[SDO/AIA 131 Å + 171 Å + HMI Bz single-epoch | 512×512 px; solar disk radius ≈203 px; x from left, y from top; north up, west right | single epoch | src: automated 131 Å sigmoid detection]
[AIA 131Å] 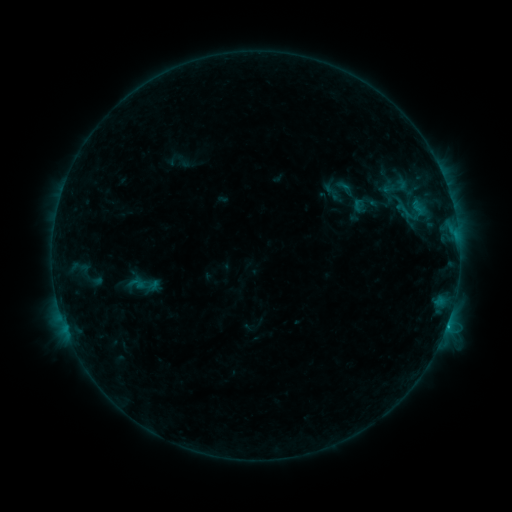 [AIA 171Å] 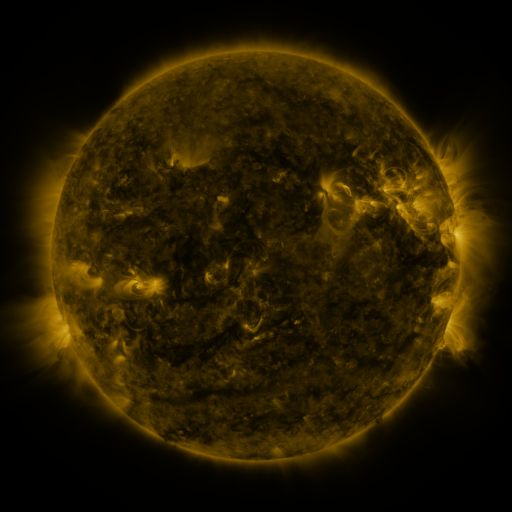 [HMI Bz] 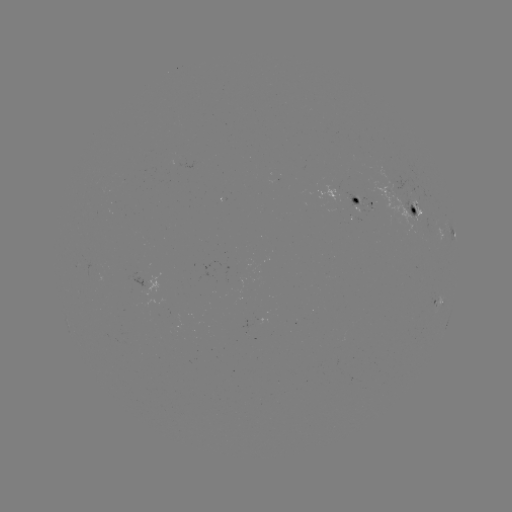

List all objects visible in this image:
sigmoid: [392, 198, 416, 224]
